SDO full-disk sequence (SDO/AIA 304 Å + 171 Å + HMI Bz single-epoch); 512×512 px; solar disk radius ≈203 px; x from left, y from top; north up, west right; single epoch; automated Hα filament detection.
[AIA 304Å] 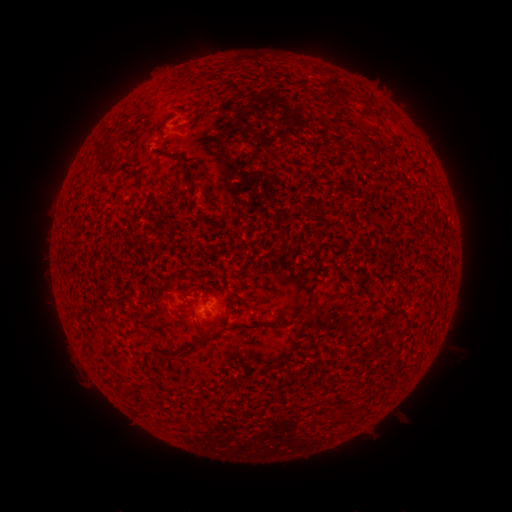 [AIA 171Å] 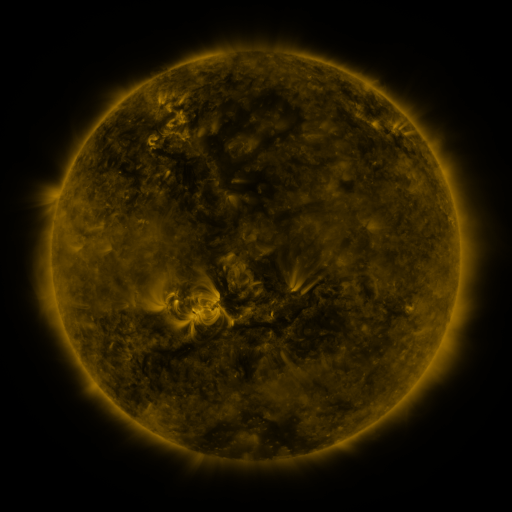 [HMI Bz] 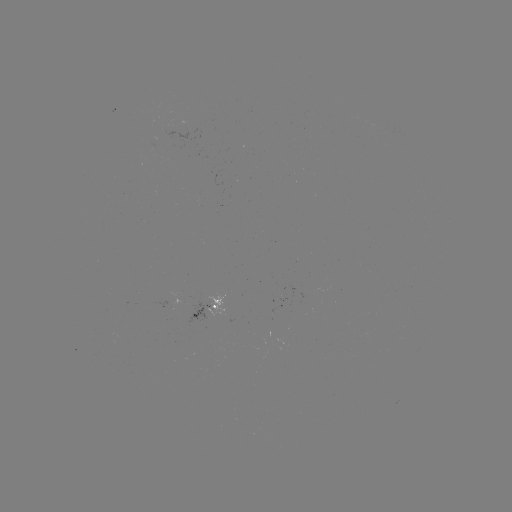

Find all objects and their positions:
filament: <bbox>226, 83, 235, 92</bbox>
filament: <bbox>328, 100, 337, 114</bbox>
filament: <bbox>187, 115, 195, 125</bbox>
filament: <bbox>167, 152, 178, 160</bbox>
filament: <bbox>99, 159, 119, 180</bbox>
filament: <bbox>179, 162, 188, 174</bbox>
filament: <bbox>296, 299, 317, 323</bbox>
filament: <bbox>101, 331, 110, 348</bbox>
filament: <bbox>193, 336, 207, 345</bbox>
filament: <bbox>293, 341, 301, 351</bbox>
filament: <bbox>132, 380, 148, 391</bbox>
filament: <bbox>338, 411, 347, 421</bbox>
